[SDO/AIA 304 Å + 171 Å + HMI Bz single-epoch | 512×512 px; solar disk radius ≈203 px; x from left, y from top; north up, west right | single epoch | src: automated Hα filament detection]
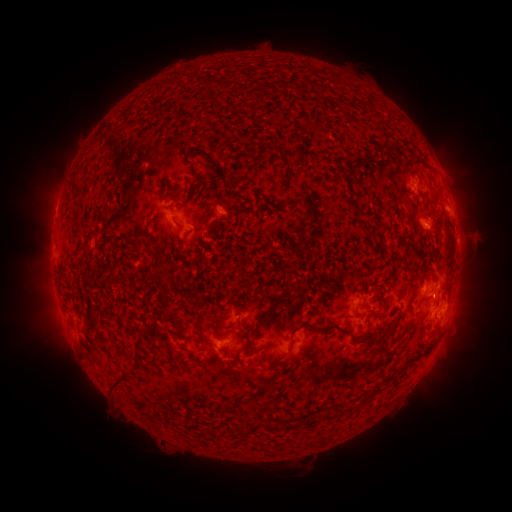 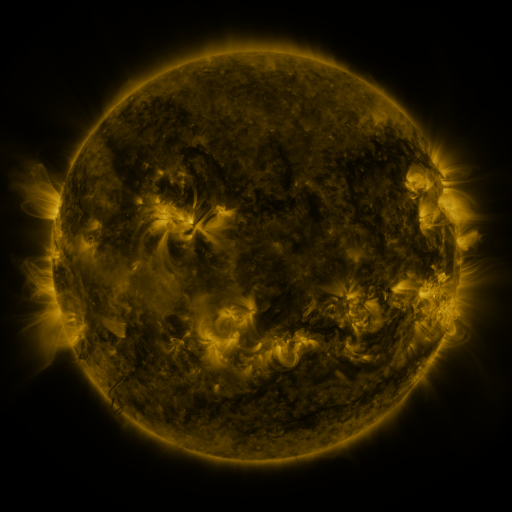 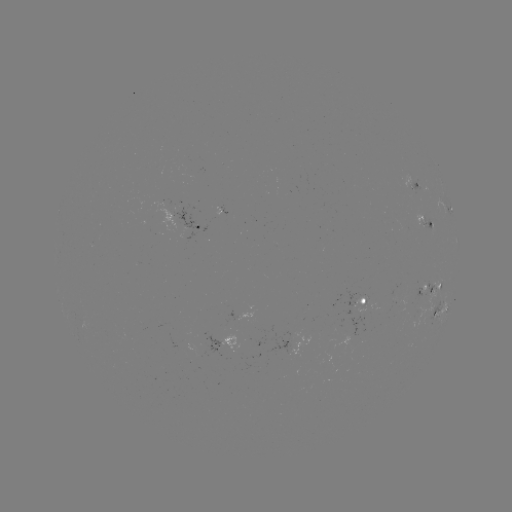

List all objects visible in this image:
filament: (201, 77, 212, 88)
filament: (381, 144, 395, 156)
filament: (189, 146, 235, 187)
filament: (405, 149, 415, 159)
filament: (180, 157, 204, 187)
filament: (283, 165, 291, 178)
filament: (71, 190, 78, 201)
filament: (273, 203, 286, 211)
filament: (173, 221, 183, 231)
filament: (262, 282, 292, 322)
filament: (385, 318, 396, 331)
filament: (213, 319, 243, 331)
filament: (275, 321, 328, 362)
filament: (347, 327, 369, 343)
filament: (374, 327, 386, 339)
filament: (245, 329, 255, 357)
filament: (134, 334, 146, 360)
filament: (103, 335, 116, 347)
filament: (183, 359, 192, 371)
filament: (110, 370, 134, 393)
filament: (367, 385, 381, 399)
filament: (223, 400, 238, 411)
filament: (345, 402, 364, 413)
filament: (324, 407, 334, 420)
filament: (275, 418, 283, 432)
